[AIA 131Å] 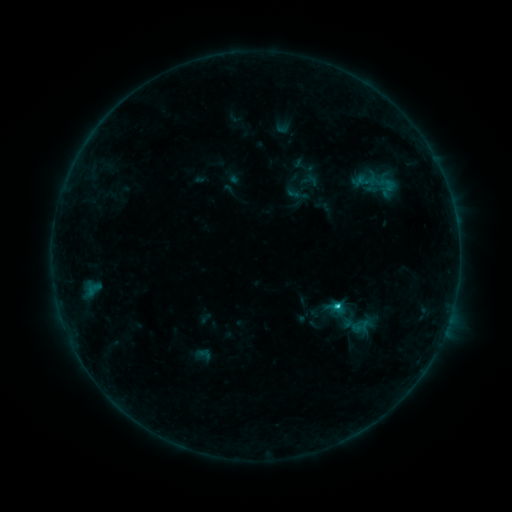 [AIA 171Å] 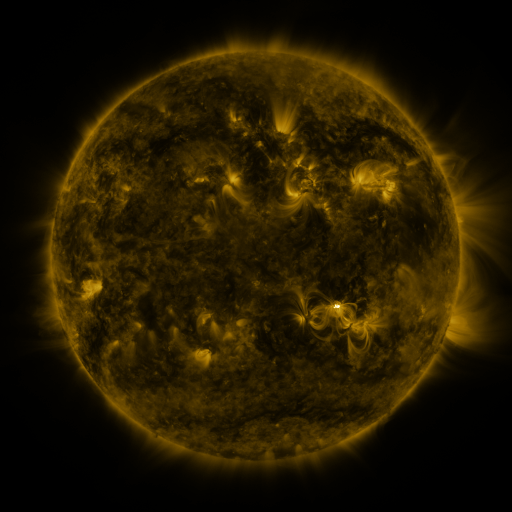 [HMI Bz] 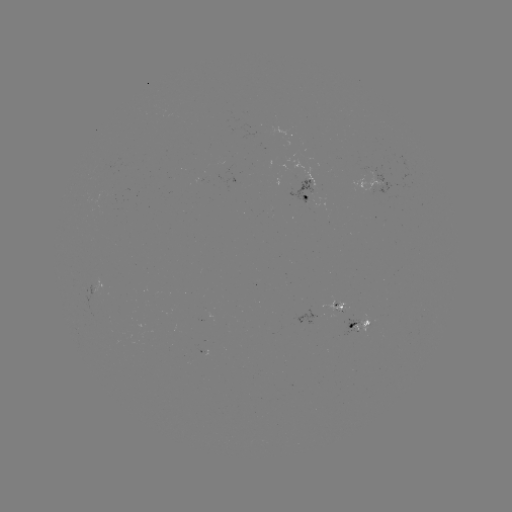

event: sigmoid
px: (332, 307)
